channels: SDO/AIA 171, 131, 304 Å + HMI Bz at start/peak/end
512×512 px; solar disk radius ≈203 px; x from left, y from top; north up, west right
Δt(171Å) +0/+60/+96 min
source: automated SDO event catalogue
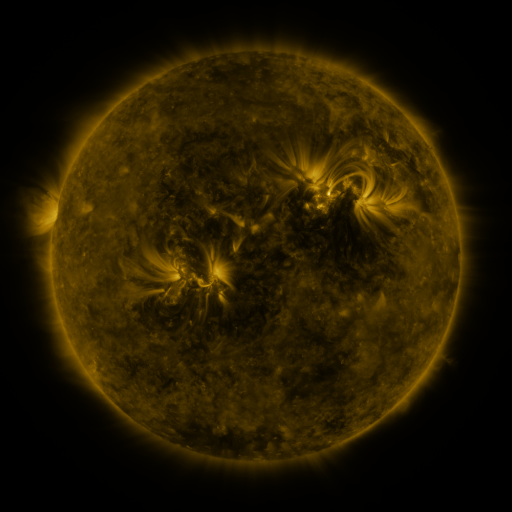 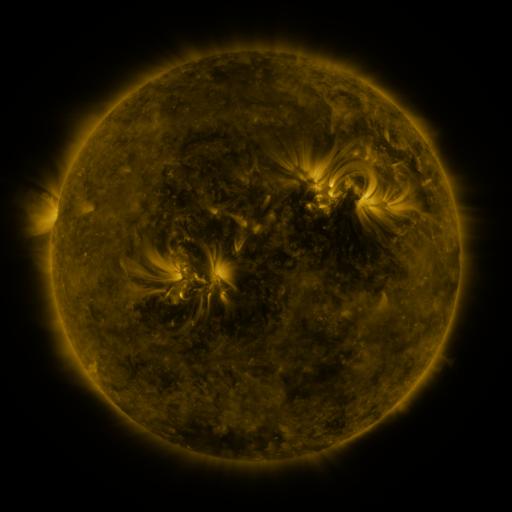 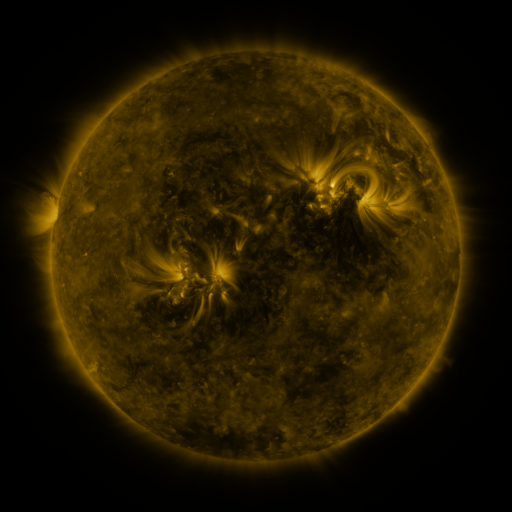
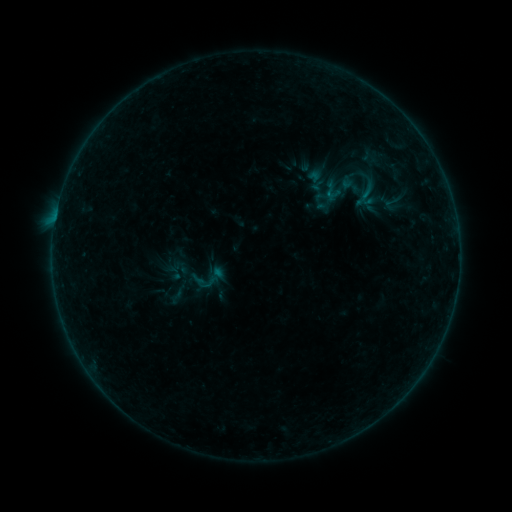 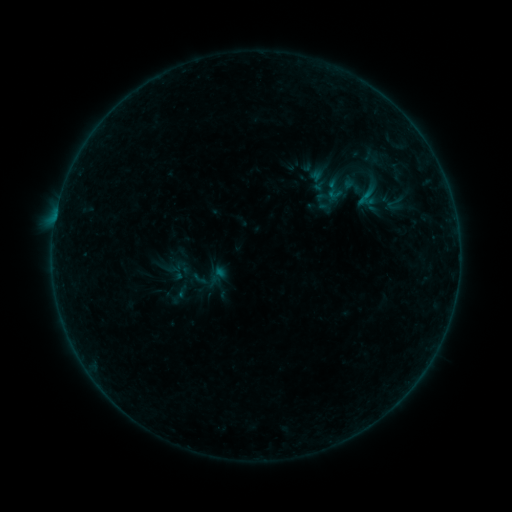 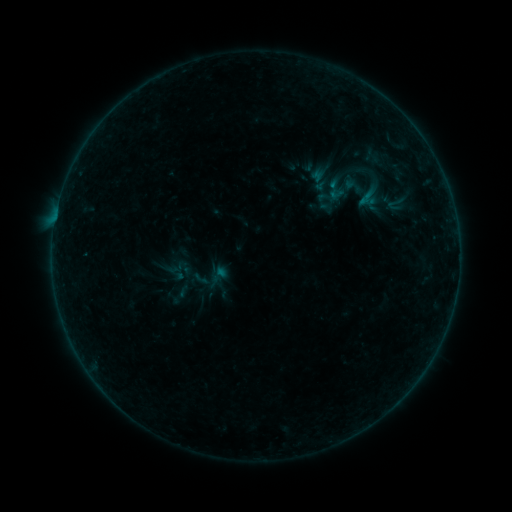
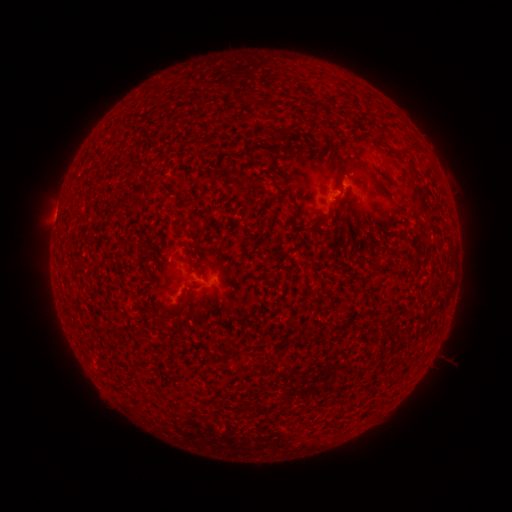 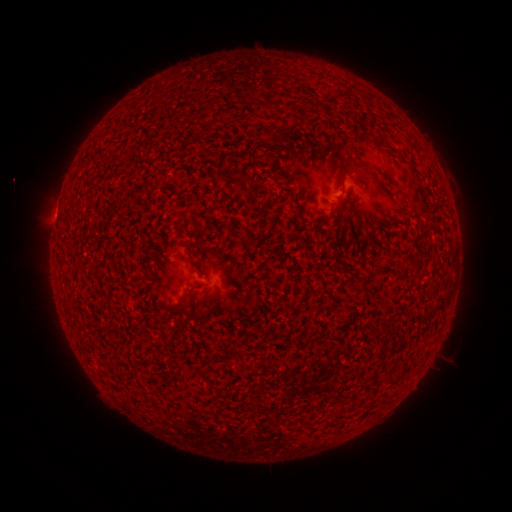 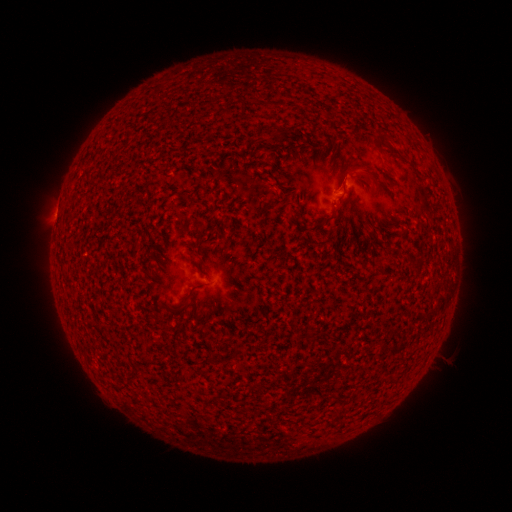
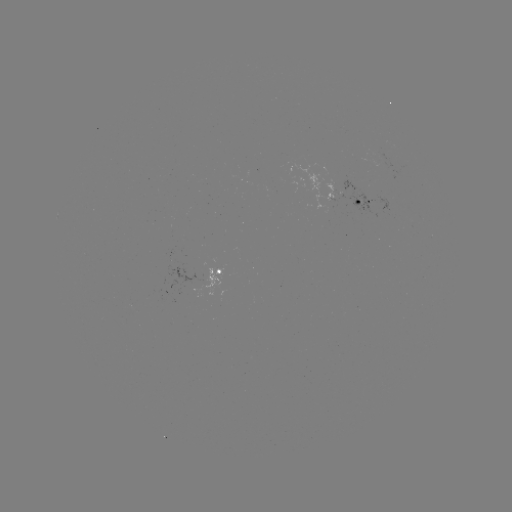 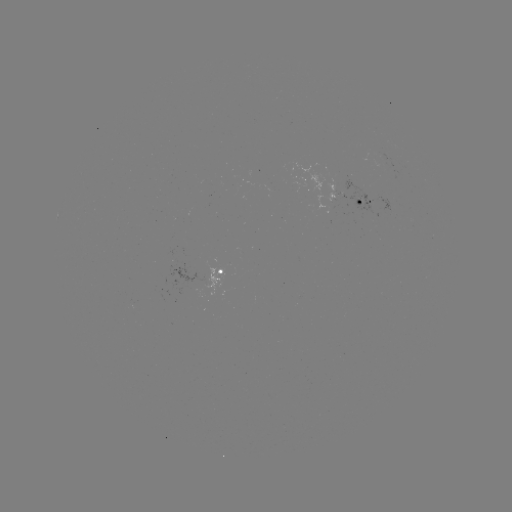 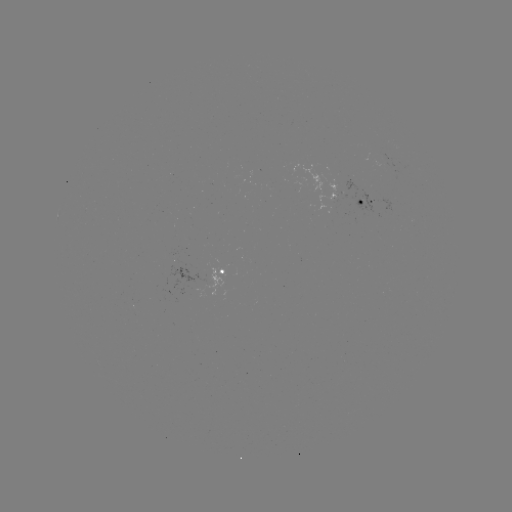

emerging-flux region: (324, 181, 345, 200)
